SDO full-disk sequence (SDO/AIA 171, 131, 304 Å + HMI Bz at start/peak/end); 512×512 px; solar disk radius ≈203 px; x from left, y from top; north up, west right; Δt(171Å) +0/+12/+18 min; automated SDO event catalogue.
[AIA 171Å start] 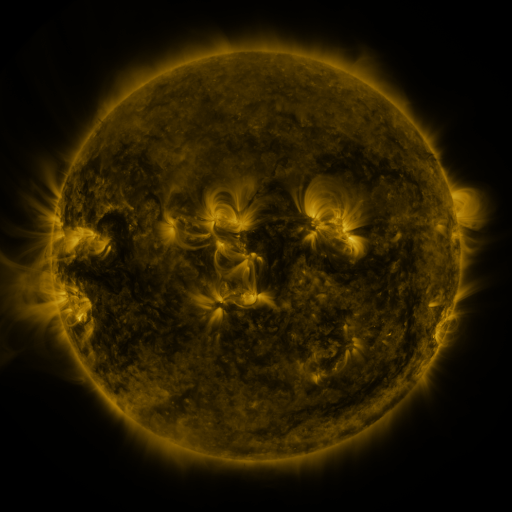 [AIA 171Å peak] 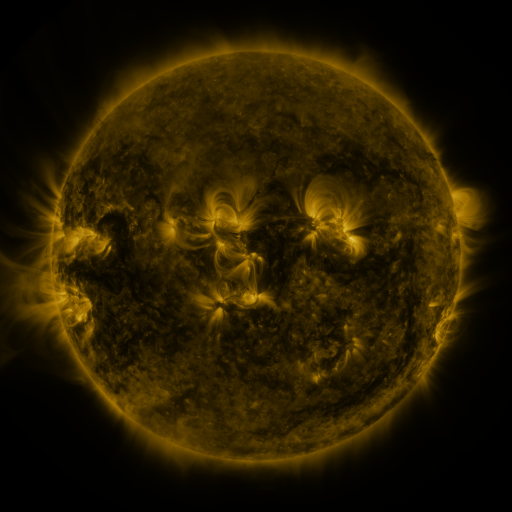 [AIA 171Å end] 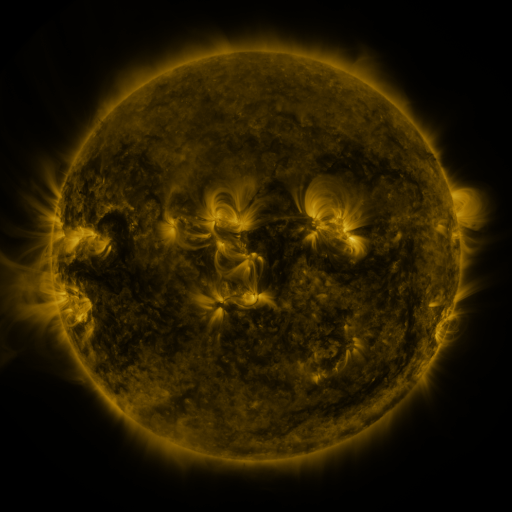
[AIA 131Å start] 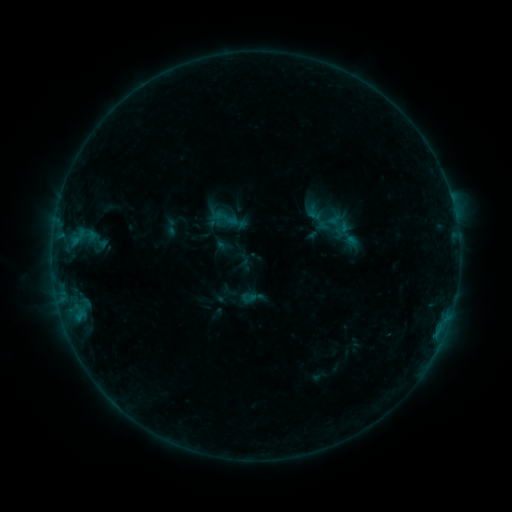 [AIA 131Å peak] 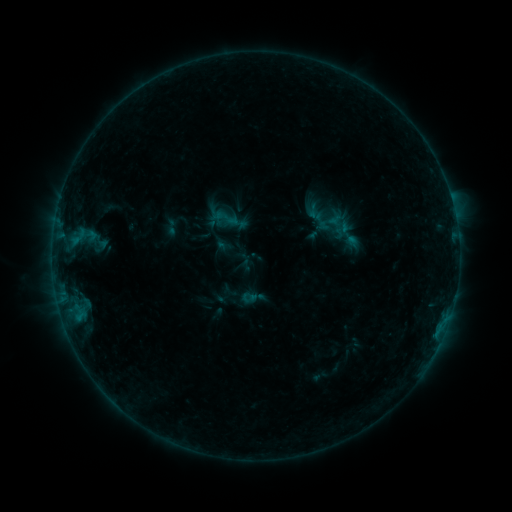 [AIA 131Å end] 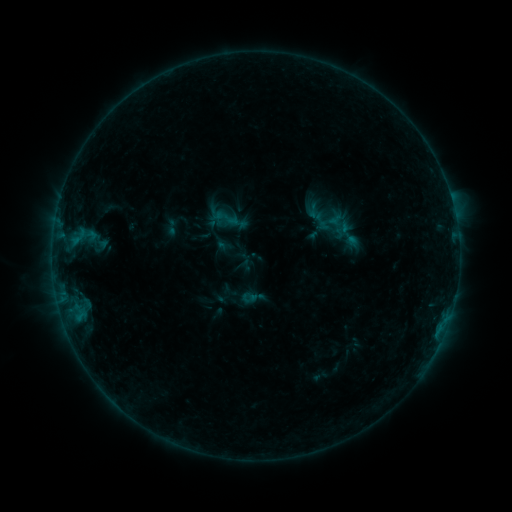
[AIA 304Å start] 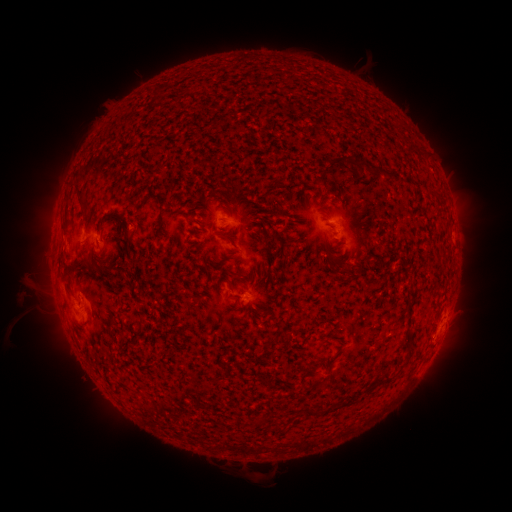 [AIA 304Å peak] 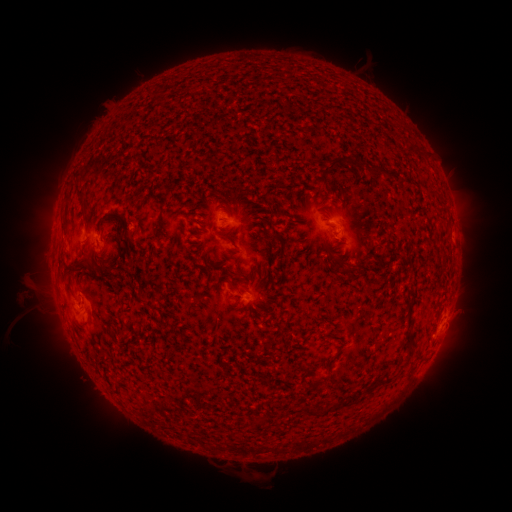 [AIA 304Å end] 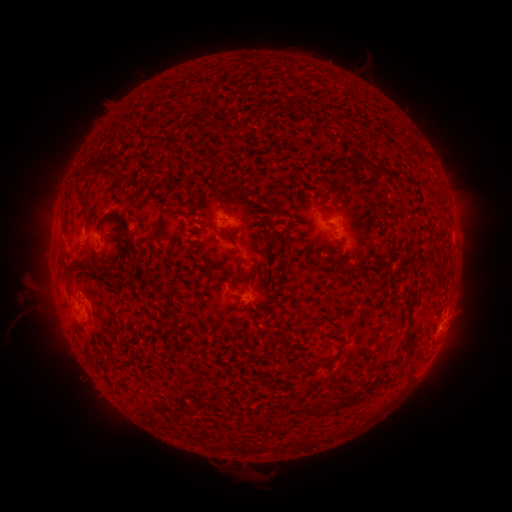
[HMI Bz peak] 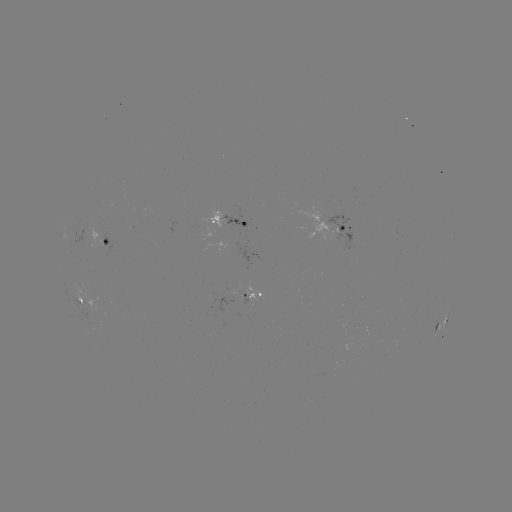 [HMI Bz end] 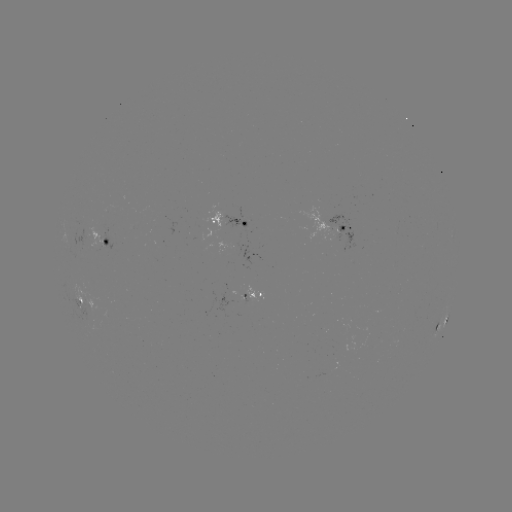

nothing was catalogued: no classed flare, no EUV trigger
